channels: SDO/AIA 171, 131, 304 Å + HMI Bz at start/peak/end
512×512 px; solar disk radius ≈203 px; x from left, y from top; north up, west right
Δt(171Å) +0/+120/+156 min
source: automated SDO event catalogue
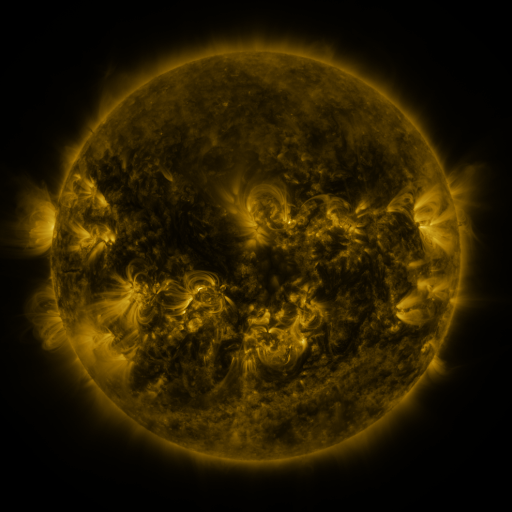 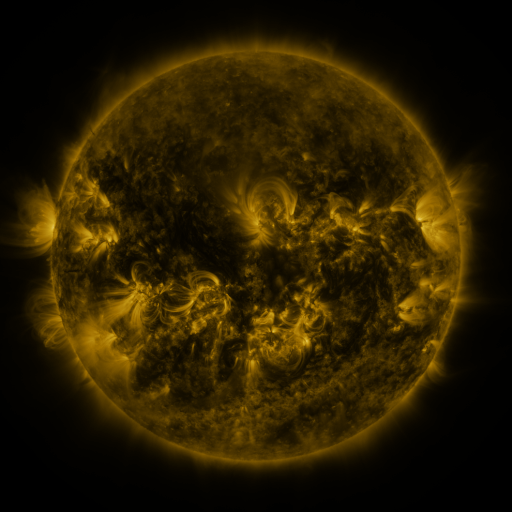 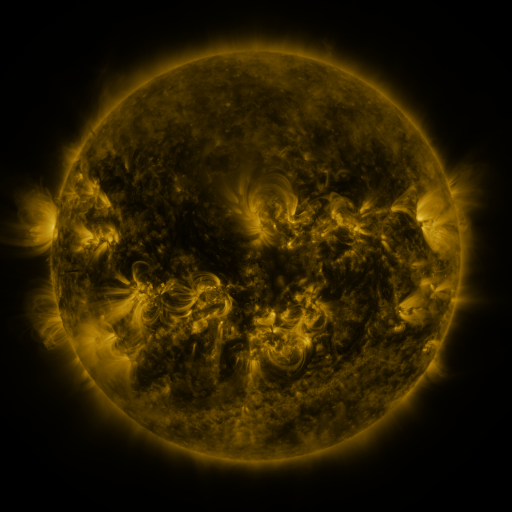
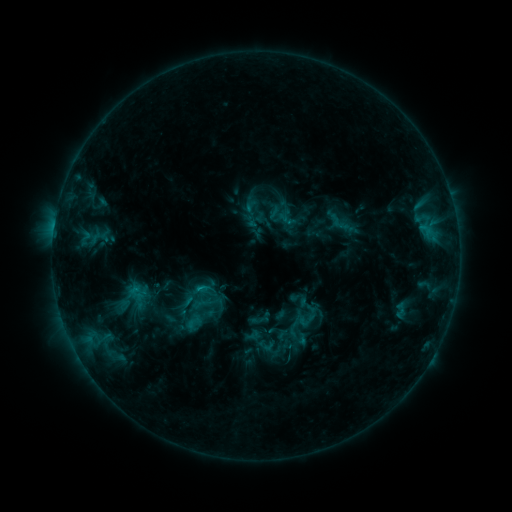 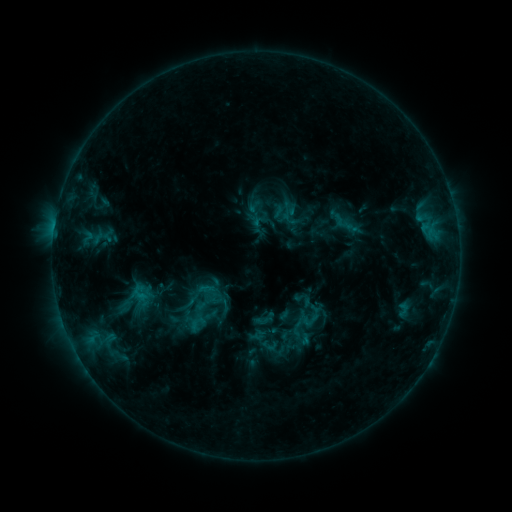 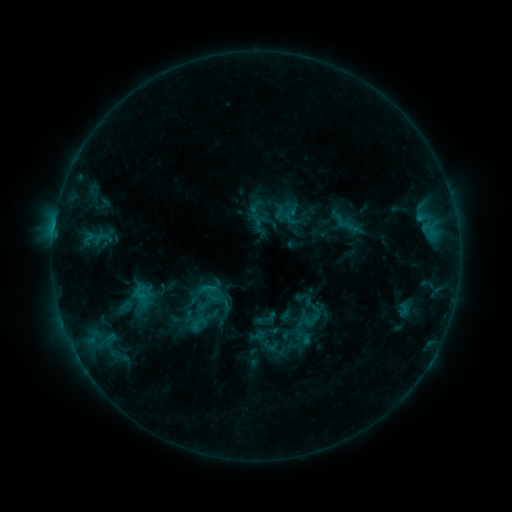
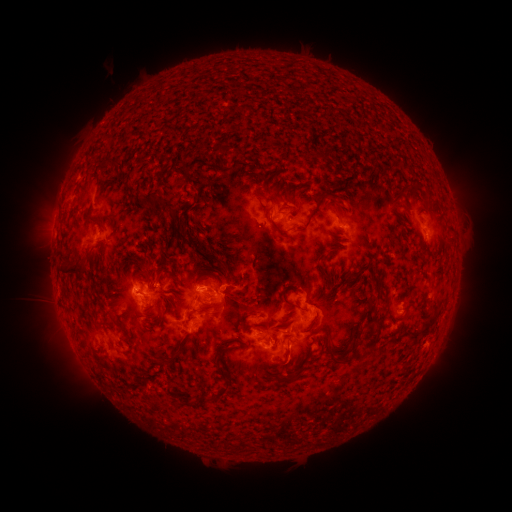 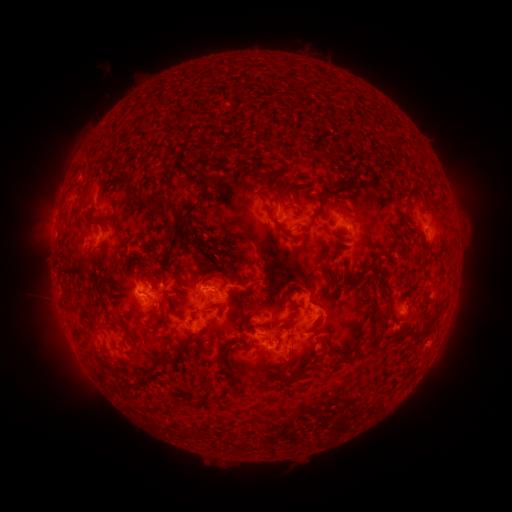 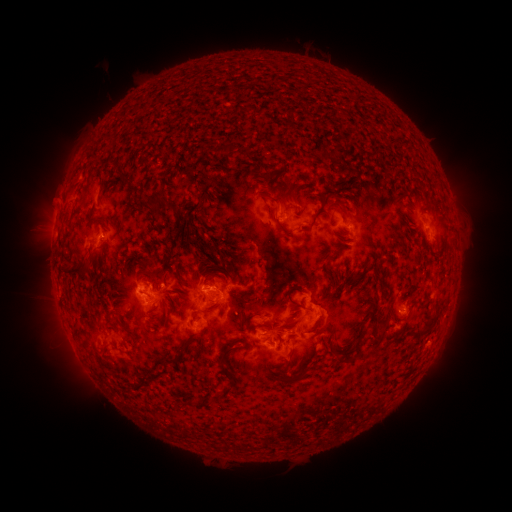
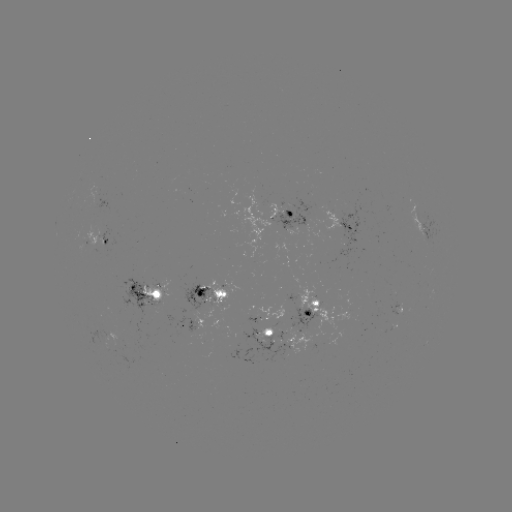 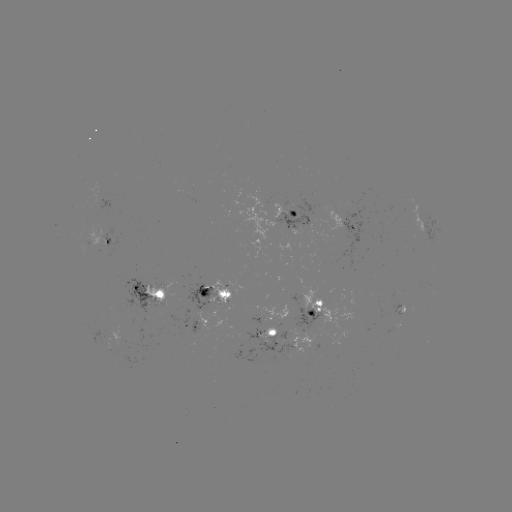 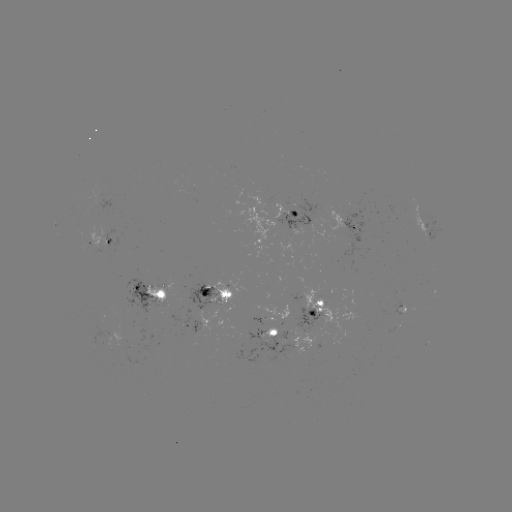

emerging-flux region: <bbox>293, 307, 321, 331</bbox>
